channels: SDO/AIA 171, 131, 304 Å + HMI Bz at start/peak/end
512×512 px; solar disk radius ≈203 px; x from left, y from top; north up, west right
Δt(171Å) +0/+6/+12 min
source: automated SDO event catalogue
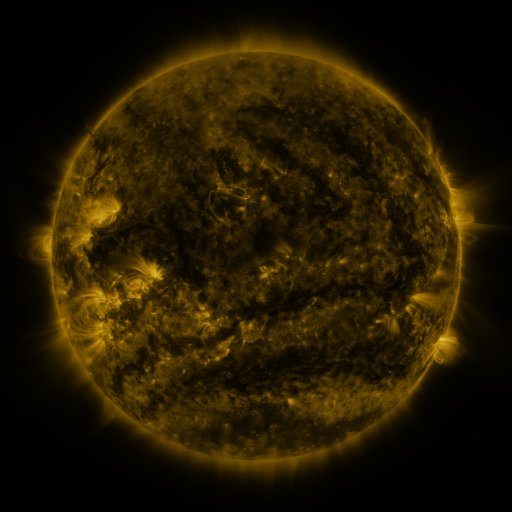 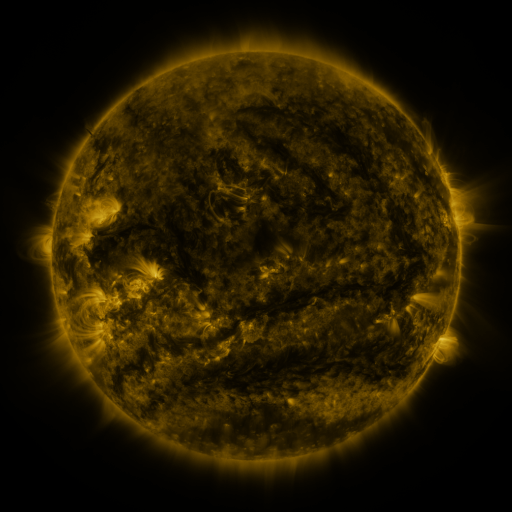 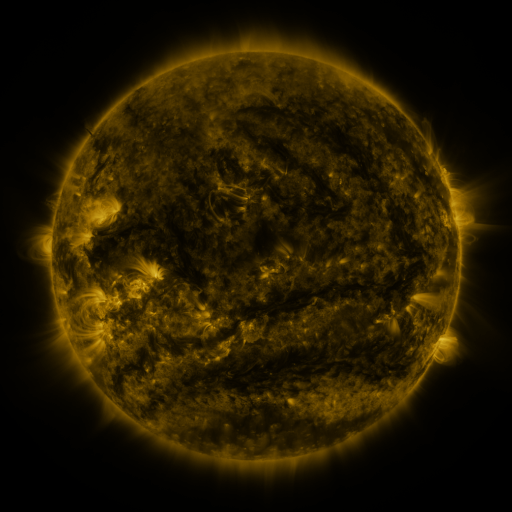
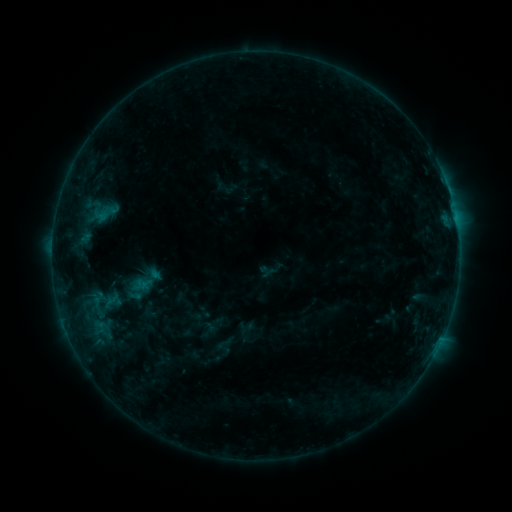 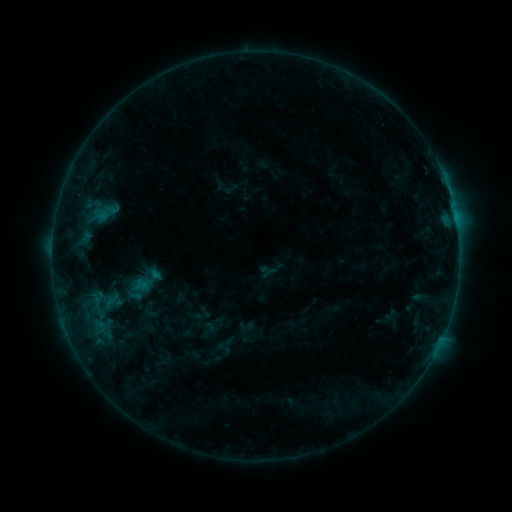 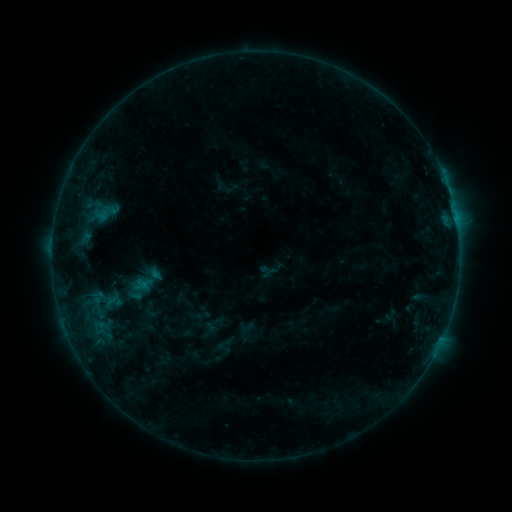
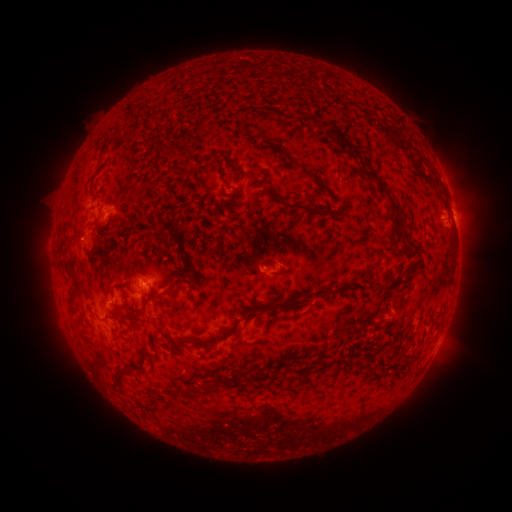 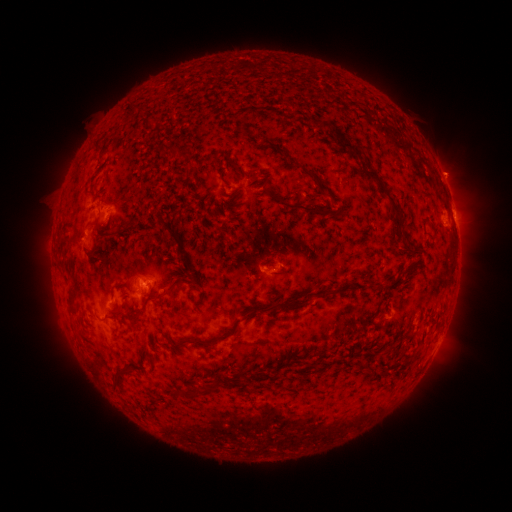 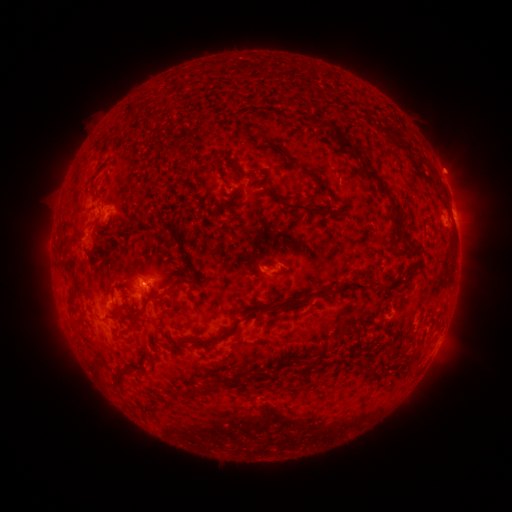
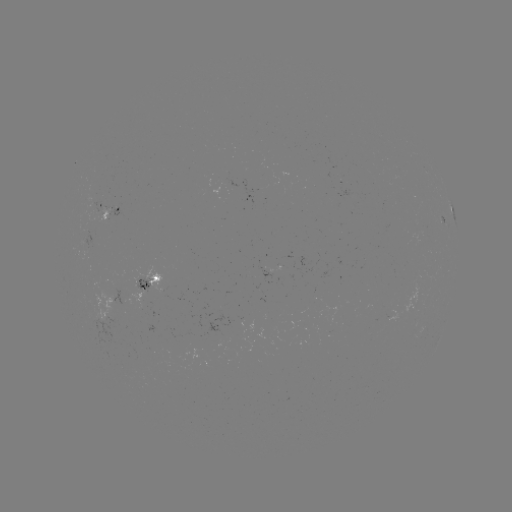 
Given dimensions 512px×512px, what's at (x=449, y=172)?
eruption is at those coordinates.